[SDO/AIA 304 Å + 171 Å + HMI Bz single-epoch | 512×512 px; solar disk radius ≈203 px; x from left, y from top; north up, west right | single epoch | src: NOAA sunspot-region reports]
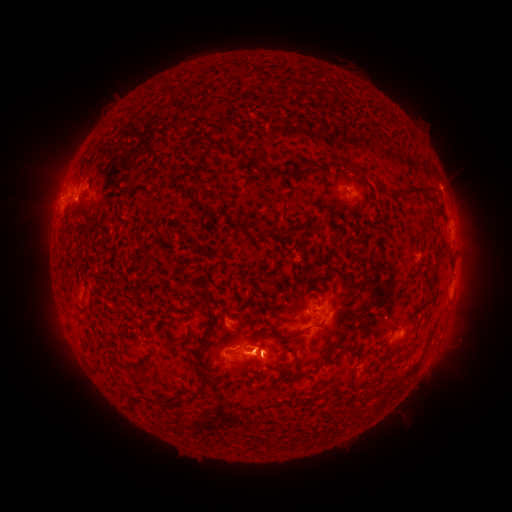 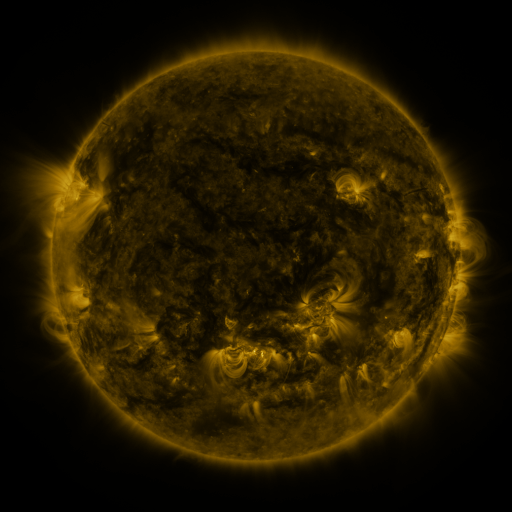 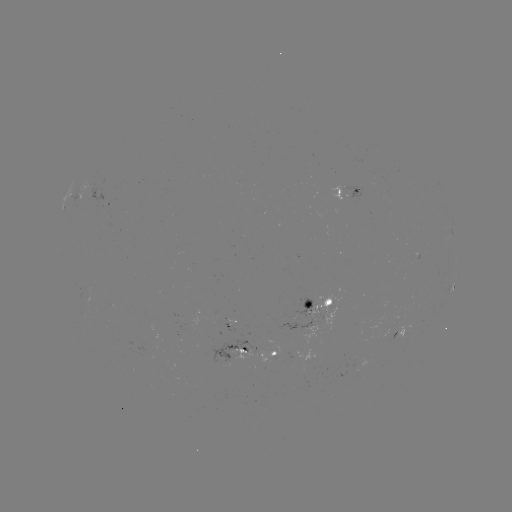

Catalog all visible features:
spotted active region: (354, 189)
spotted active region: (80, 198)
spotted active region: (105, 206)
spotted active region: (452, 288)
spotted active region: (321, 307)
spotted active region: (404, 331)
spotted active region: (236, 351)
spotted active region: (278, 354)
